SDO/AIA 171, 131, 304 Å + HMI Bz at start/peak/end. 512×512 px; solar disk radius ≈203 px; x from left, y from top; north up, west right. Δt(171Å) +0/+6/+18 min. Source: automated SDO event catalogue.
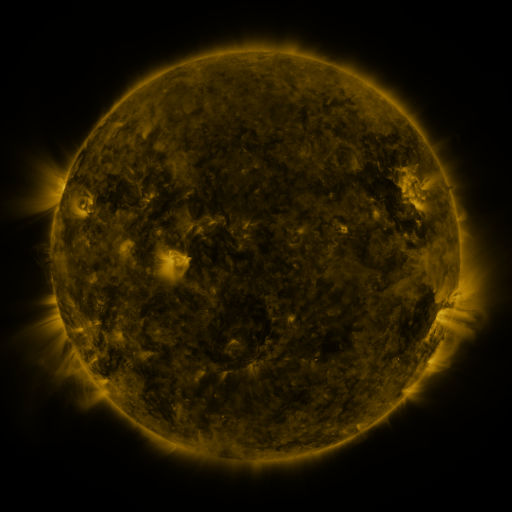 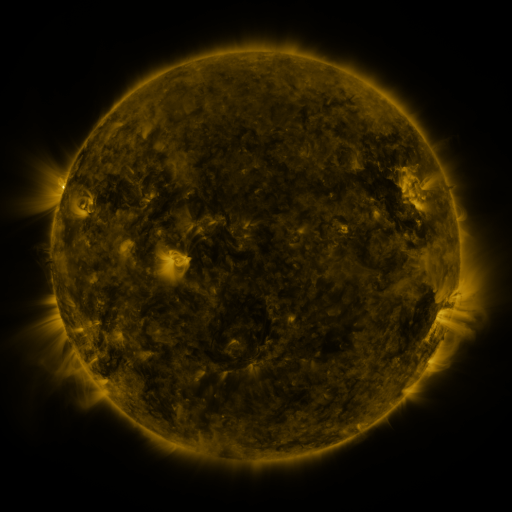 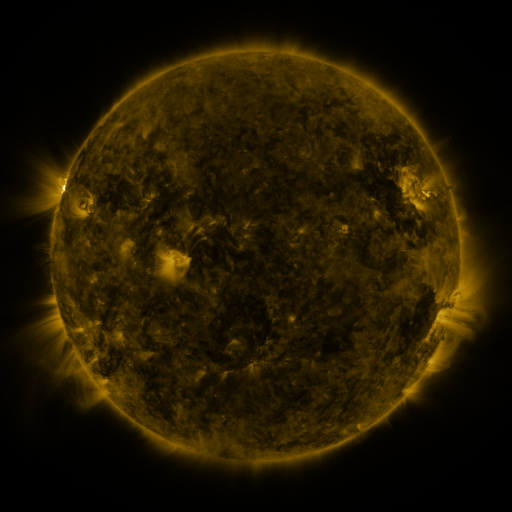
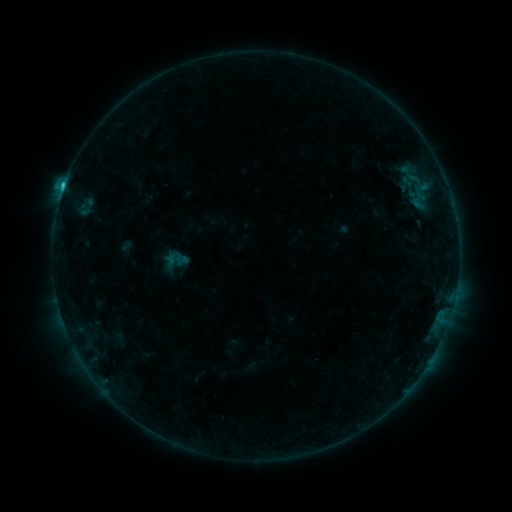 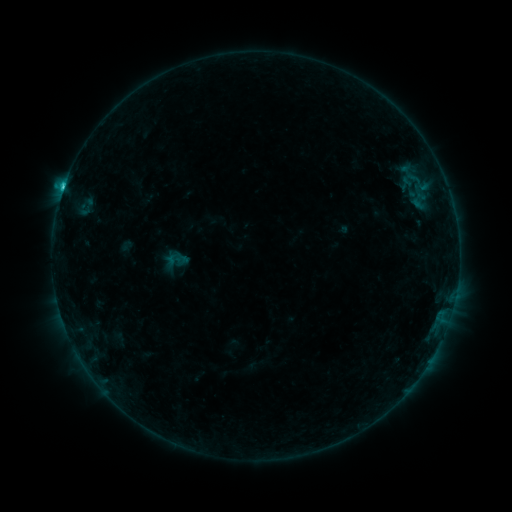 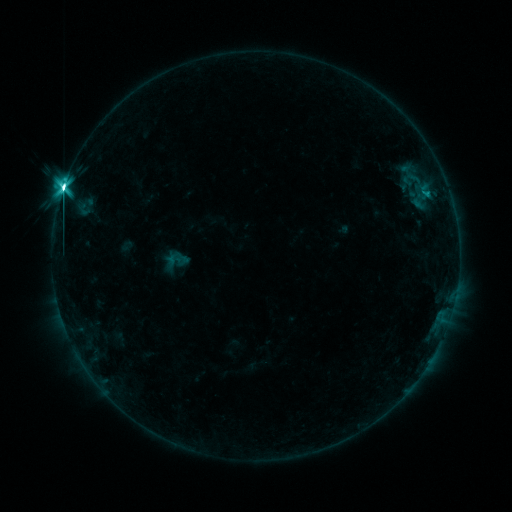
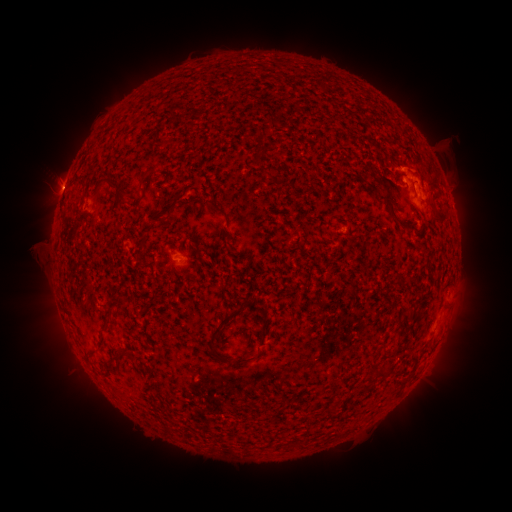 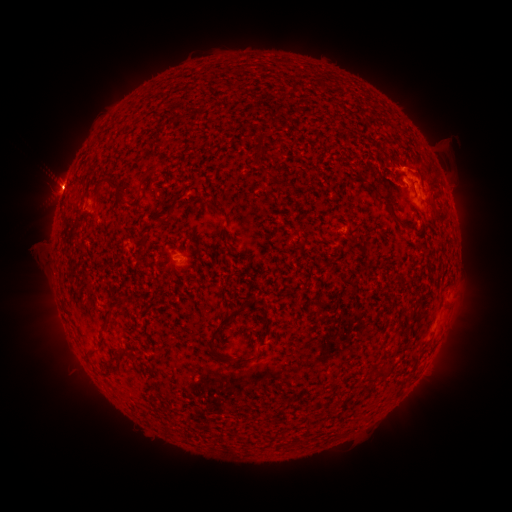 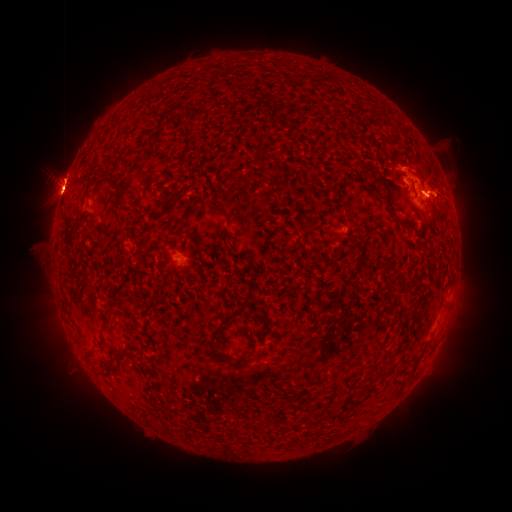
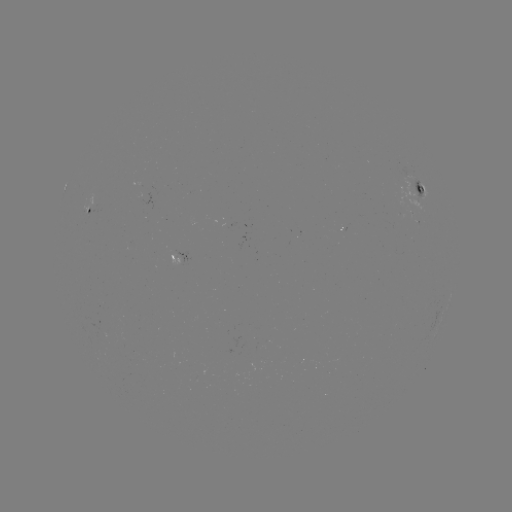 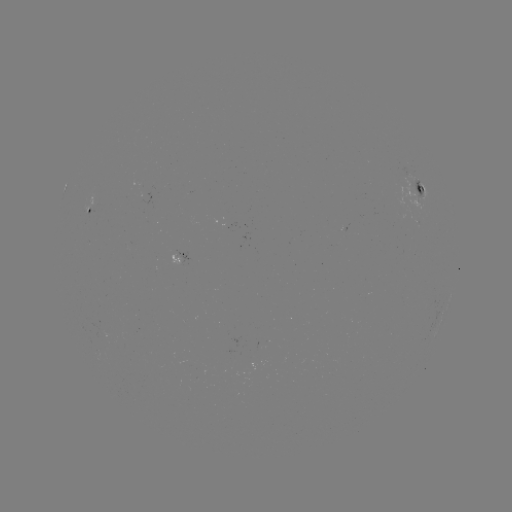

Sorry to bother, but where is eruption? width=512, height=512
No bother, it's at [57, 185].